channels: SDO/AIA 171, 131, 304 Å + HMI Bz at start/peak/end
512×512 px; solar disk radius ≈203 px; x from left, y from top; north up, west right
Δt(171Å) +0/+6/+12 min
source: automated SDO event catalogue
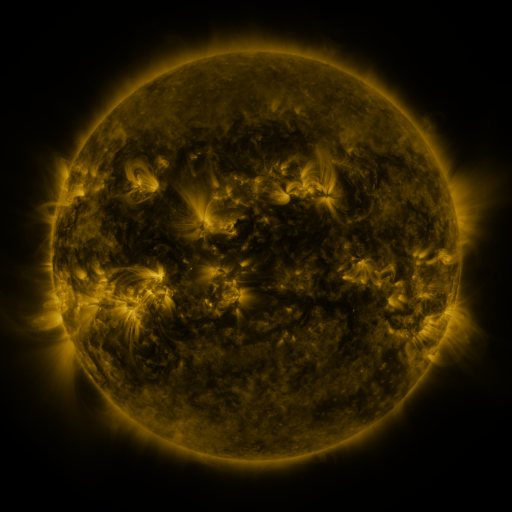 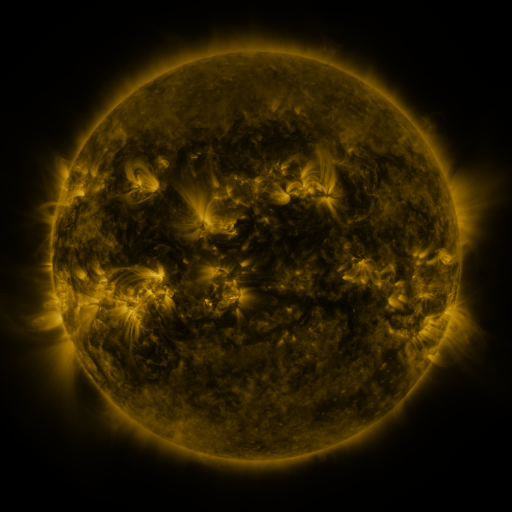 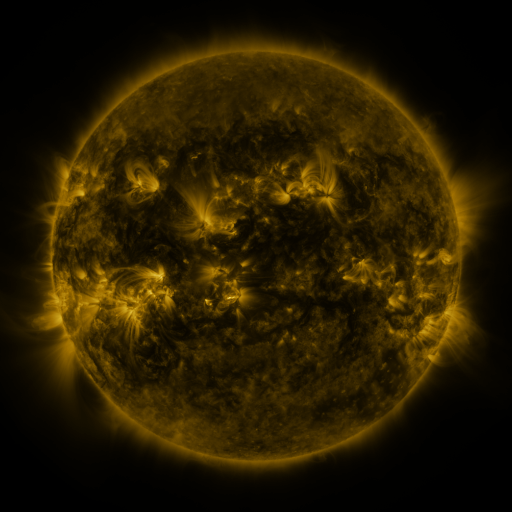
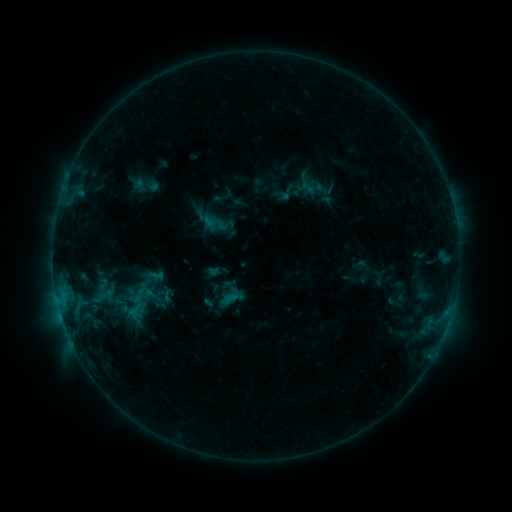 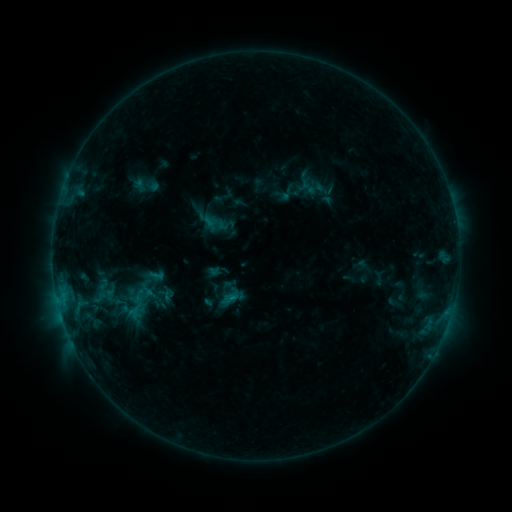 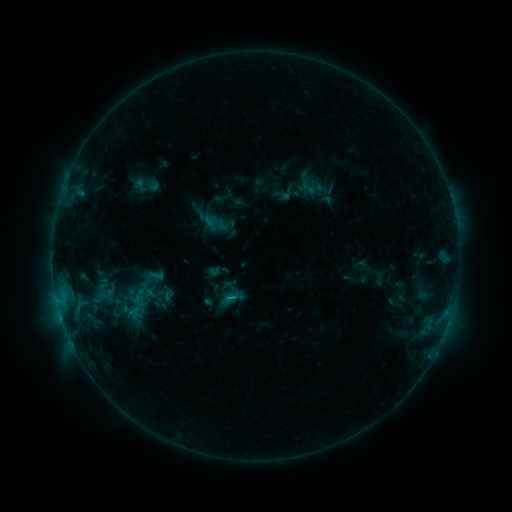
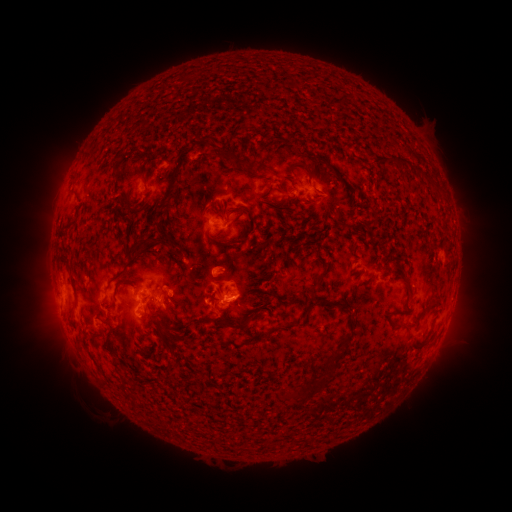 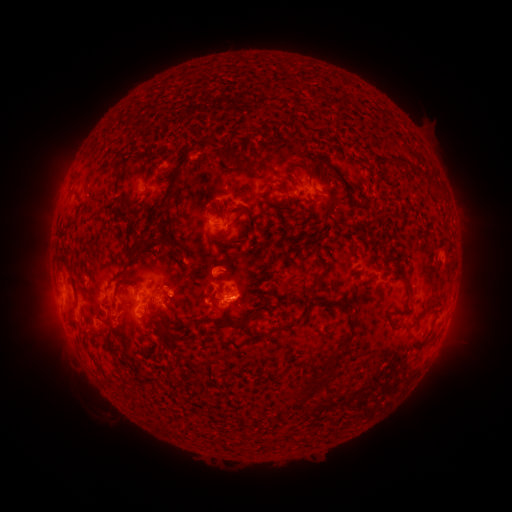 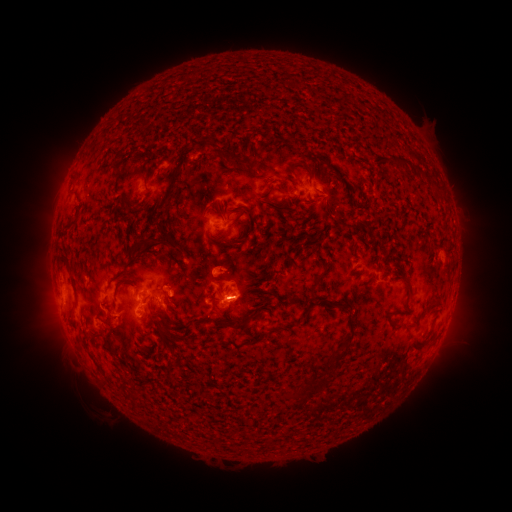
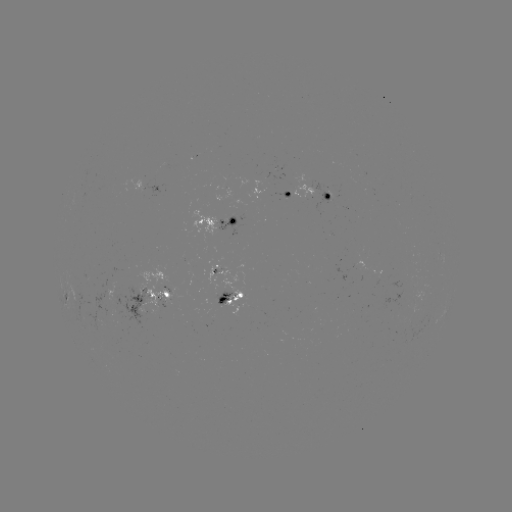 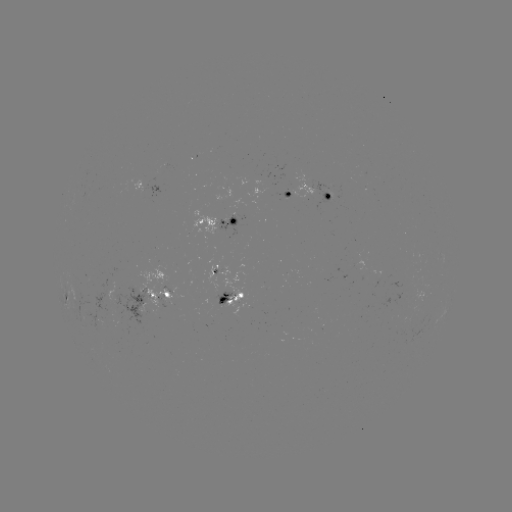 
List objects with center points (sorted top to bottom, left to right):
C1.3 flare: (235, 296)
